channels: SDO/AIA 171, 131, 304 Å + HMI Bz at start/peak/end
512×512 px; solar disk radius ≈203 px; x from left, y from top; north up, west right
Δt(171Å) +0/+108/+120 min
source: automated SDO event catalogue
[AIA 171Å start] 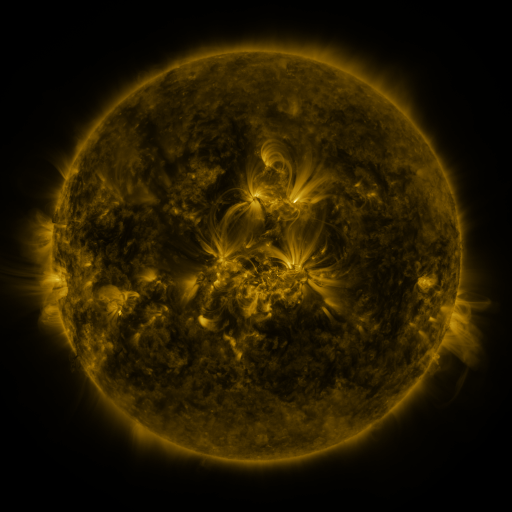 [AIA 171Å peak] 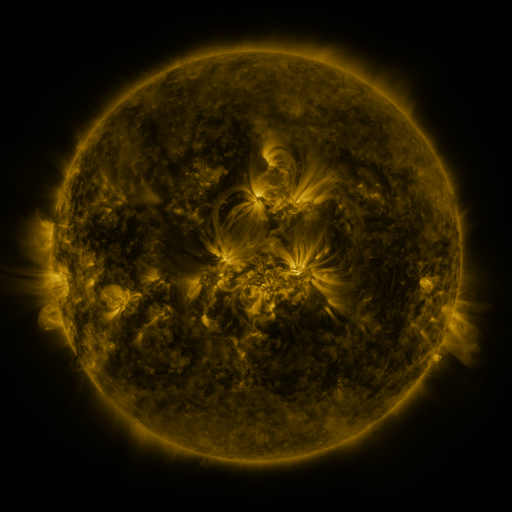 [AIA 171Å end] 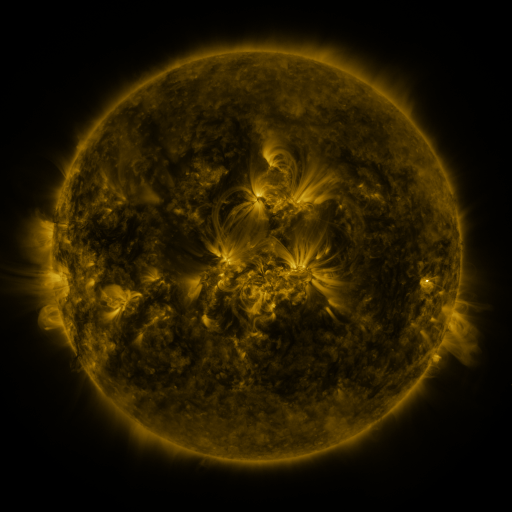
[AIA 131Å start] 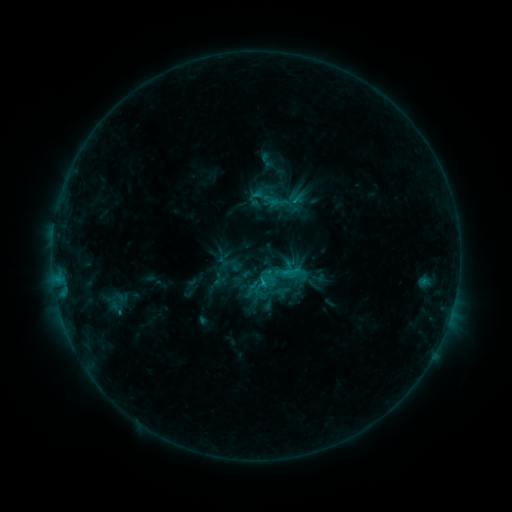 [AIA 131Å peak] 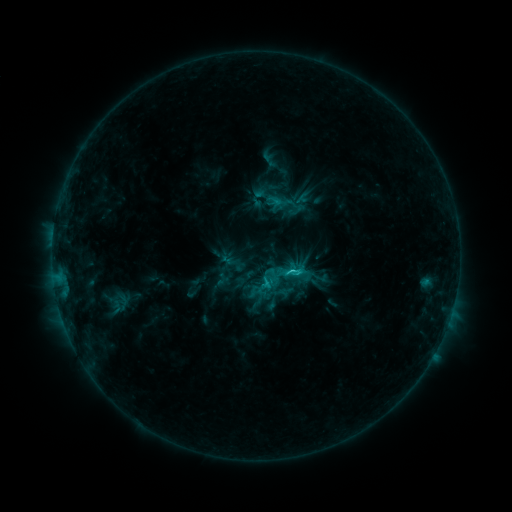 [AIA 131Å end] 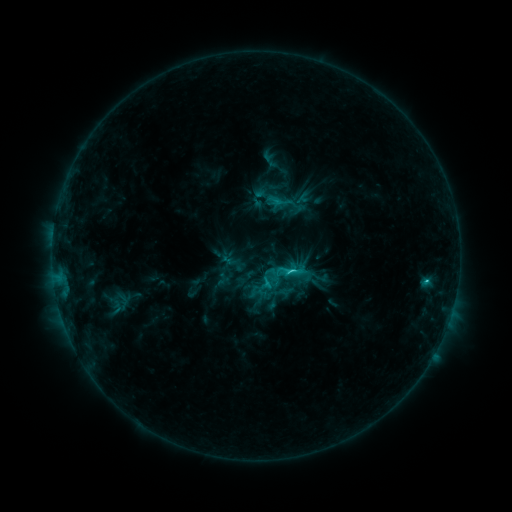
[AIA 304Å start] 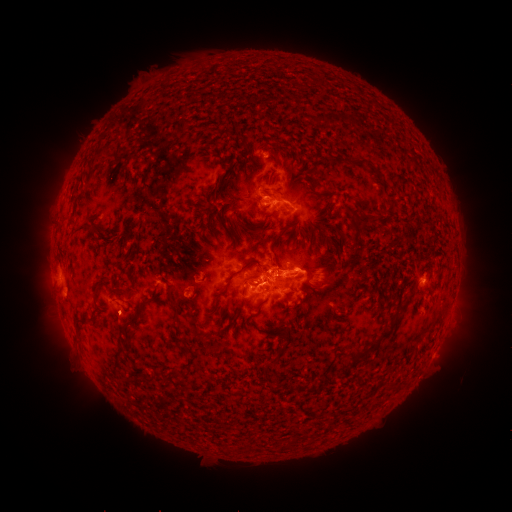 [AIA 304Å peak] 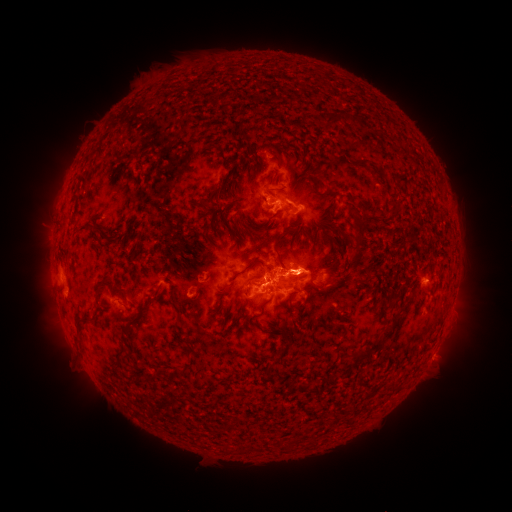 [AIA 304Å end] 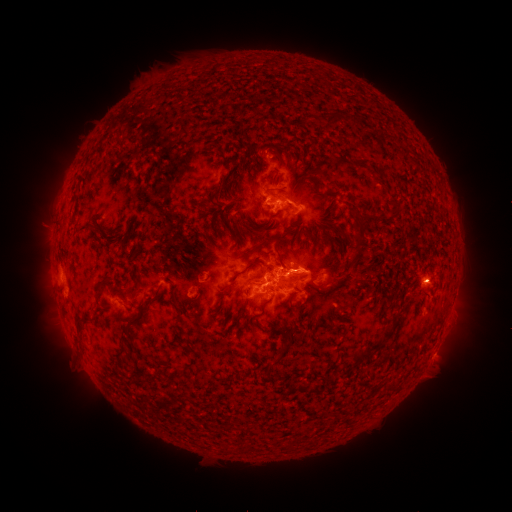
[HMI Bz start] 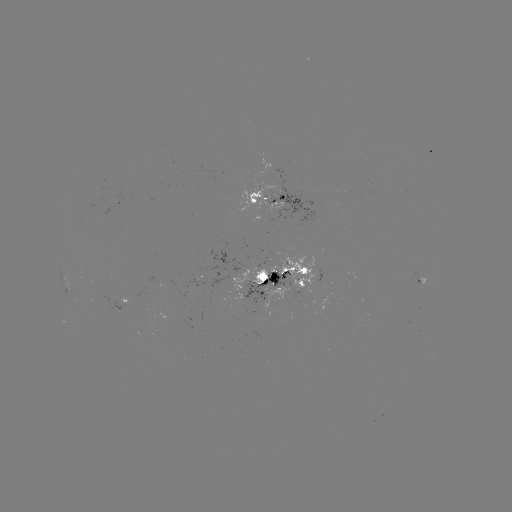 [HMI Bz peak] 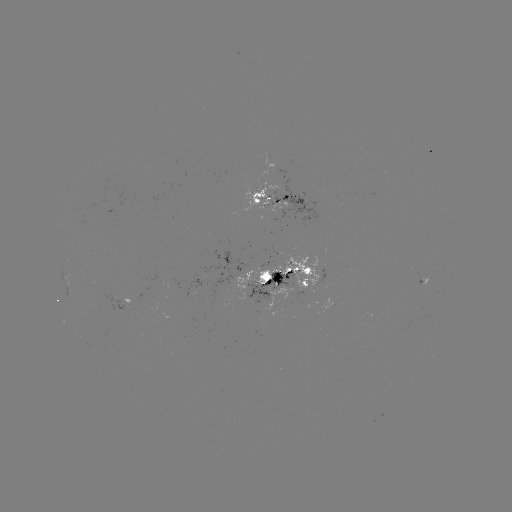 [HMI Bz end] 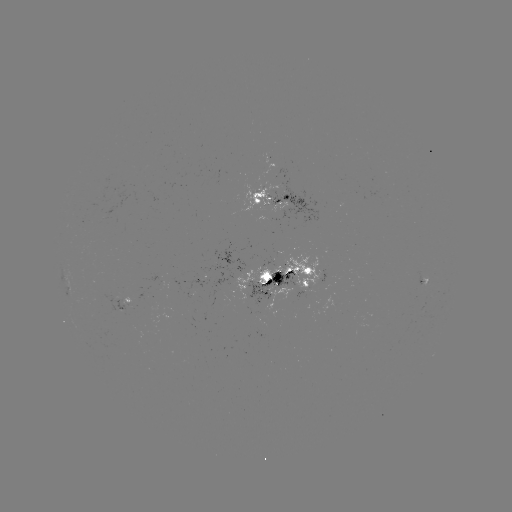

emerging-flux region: [267, 179, 319, 229]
